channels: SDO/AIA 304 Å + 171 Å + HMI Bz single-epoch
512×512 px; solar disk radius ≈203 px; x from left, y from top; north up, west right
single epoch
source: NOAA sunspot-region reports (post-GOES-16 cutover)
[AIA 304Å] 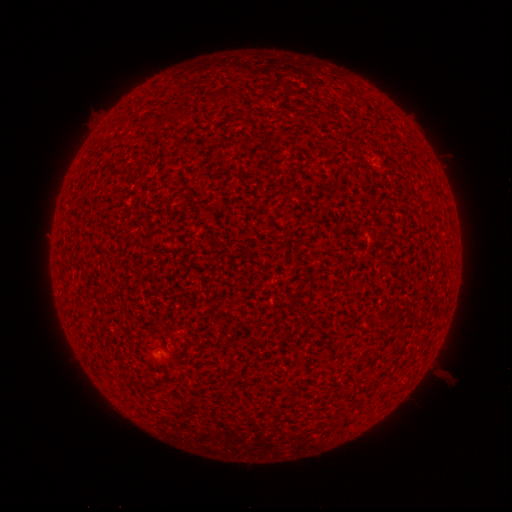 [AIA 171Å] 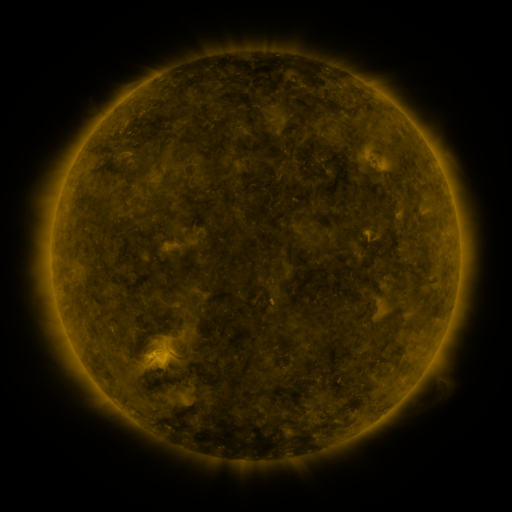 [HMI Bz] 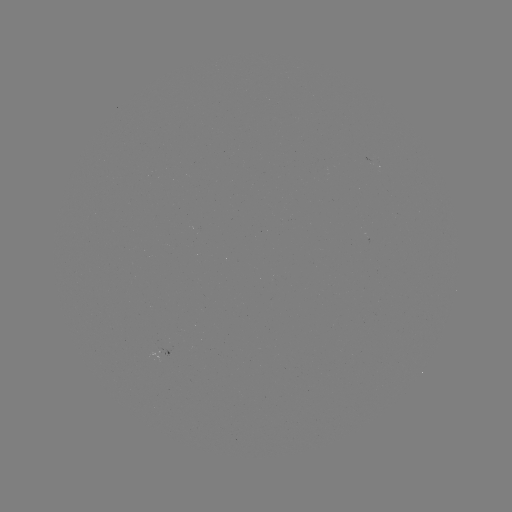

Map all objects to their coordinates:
spotted active region: (377, 164)
spotted active region: (172, 348)
